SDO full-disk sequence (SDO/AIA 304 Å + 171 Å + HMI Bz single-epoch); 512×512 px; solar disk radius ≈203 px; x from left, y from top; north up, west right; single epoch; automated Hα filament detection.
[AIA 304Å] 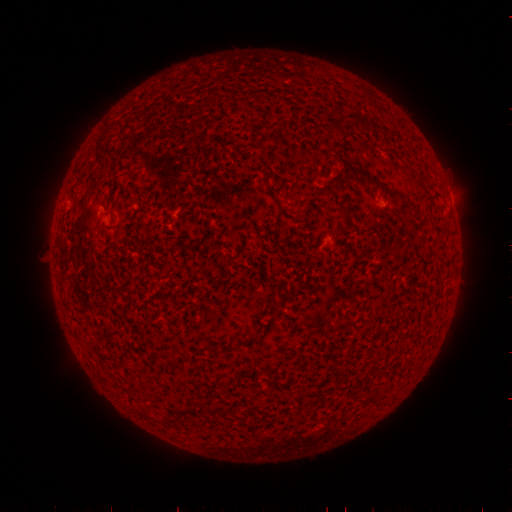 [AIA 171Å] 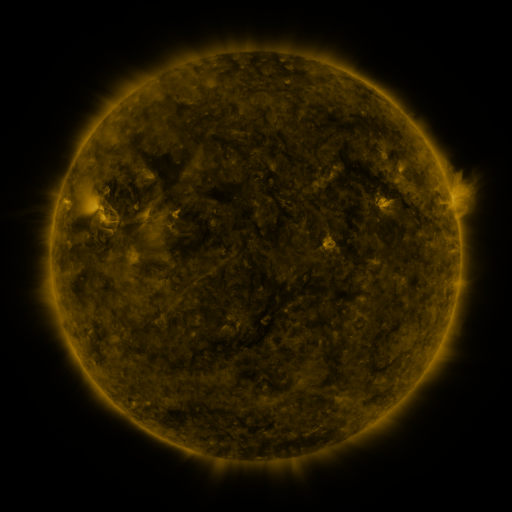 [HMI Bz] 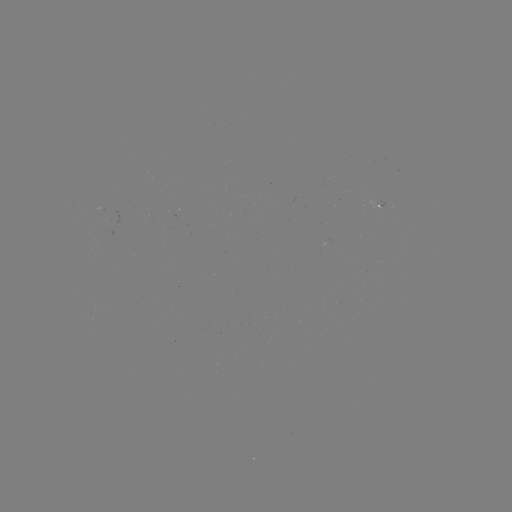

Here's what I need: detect filament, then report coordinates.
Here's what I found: filament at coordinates [384, 190].